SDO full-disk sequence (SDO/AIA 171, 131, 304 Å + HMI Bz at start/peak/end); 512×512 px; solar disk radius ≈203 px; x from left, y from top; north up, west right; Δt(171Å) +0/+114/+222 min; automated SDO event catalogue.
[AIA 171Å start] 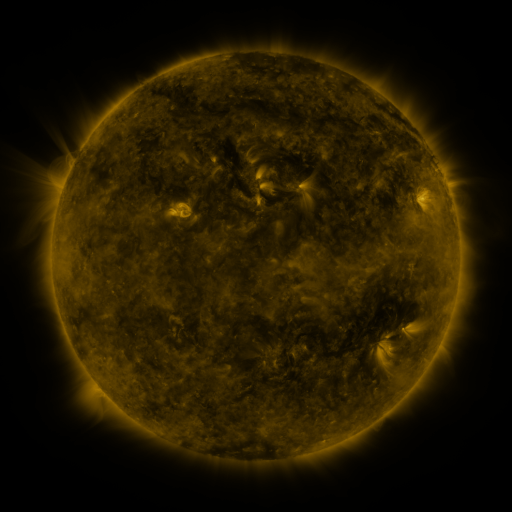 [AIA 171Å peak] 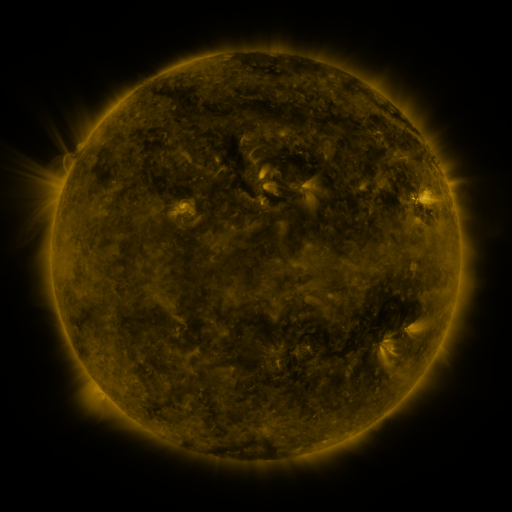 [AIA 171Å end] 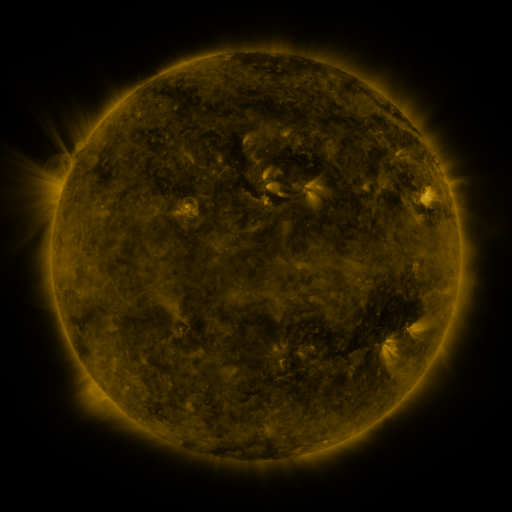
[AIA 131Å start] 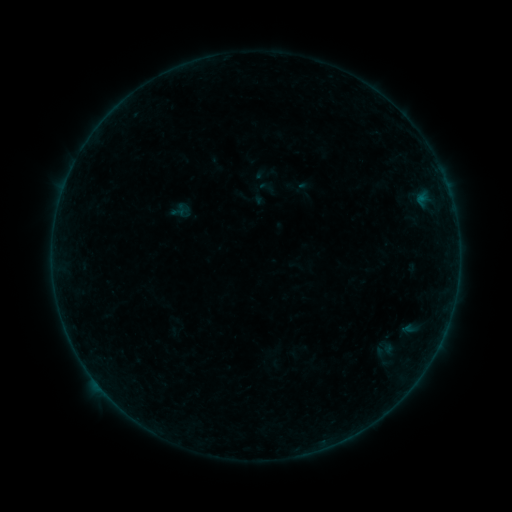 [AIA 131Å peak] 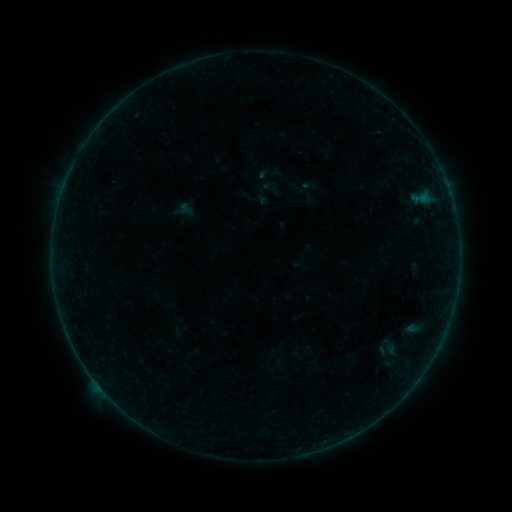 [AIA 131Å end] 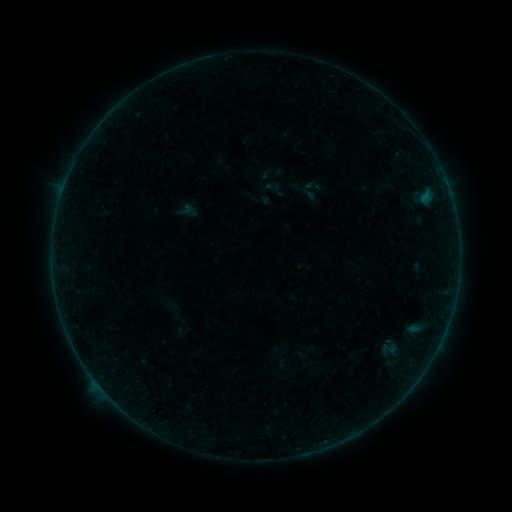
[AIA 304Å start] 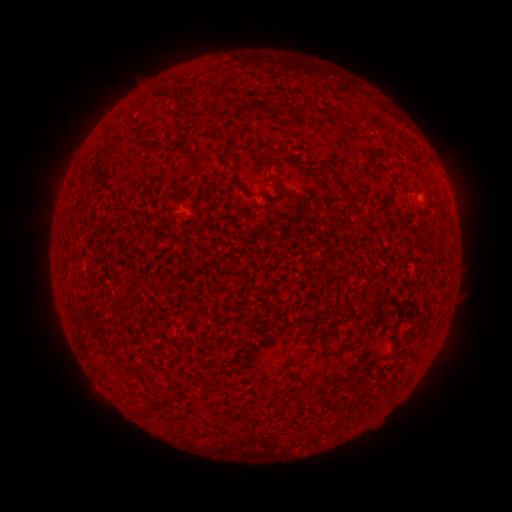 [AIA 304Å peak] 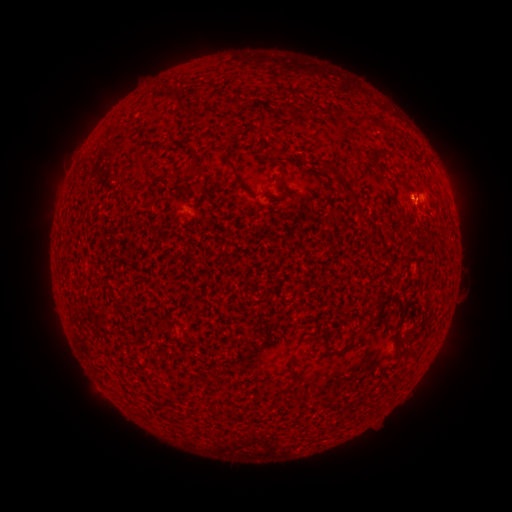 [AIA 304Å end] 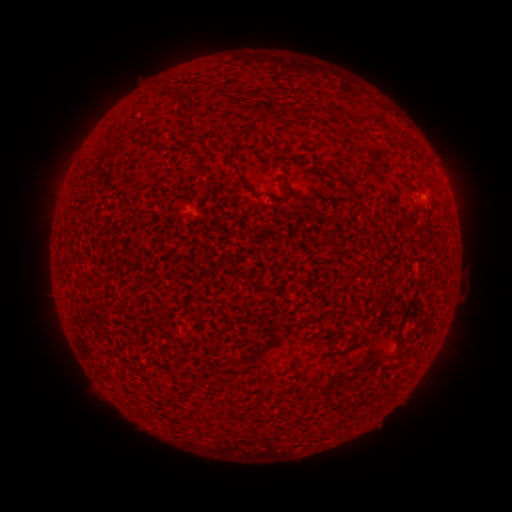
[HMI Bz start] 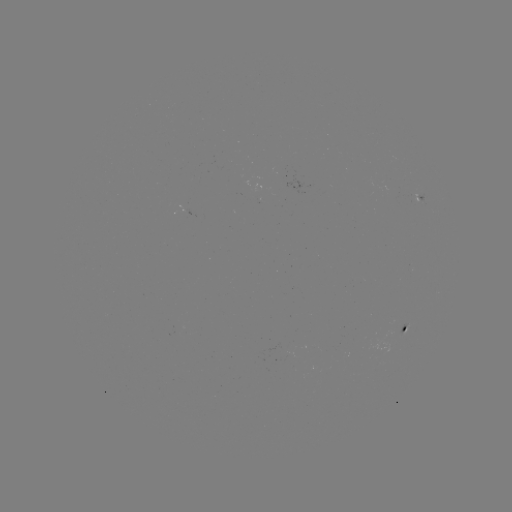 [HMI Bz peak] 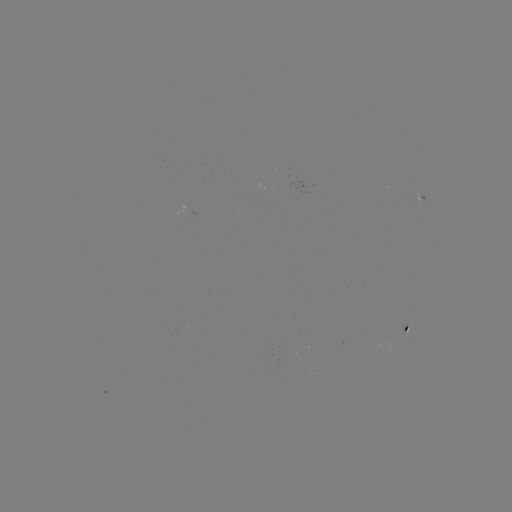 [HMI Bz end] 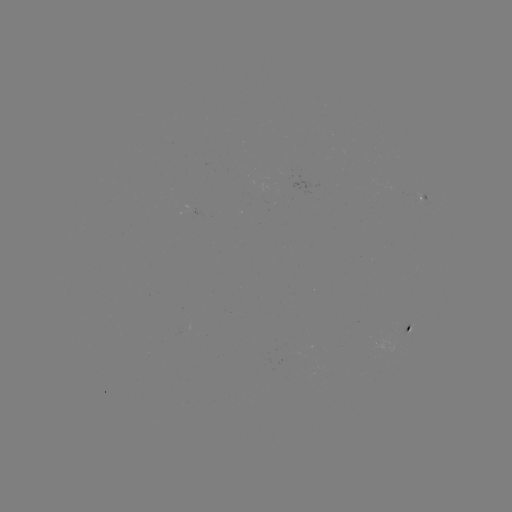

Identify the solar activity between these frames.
filament eruption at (418, 196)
